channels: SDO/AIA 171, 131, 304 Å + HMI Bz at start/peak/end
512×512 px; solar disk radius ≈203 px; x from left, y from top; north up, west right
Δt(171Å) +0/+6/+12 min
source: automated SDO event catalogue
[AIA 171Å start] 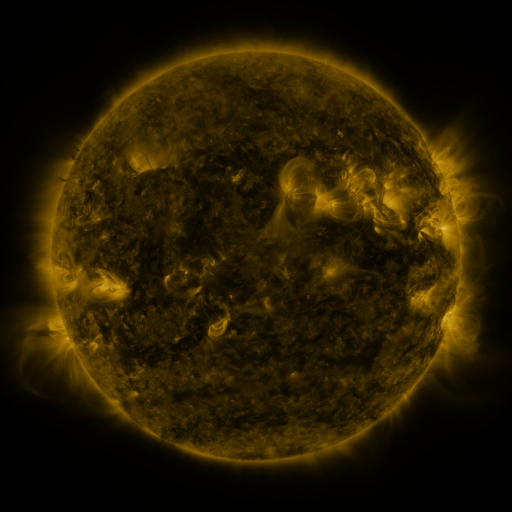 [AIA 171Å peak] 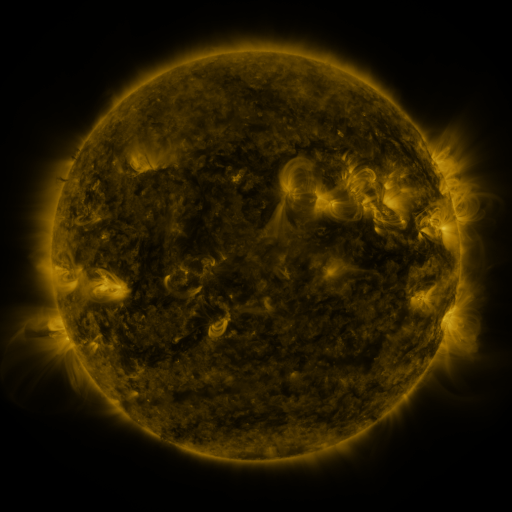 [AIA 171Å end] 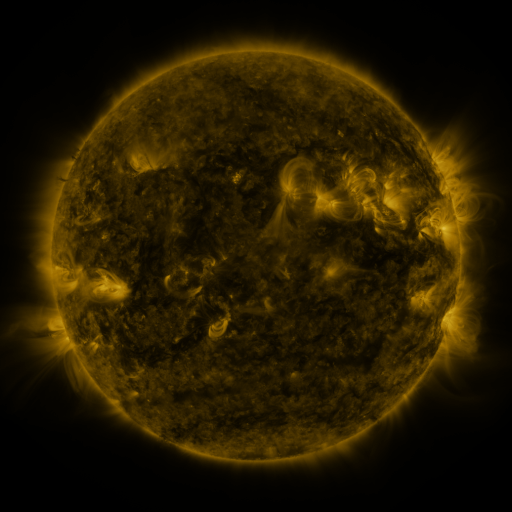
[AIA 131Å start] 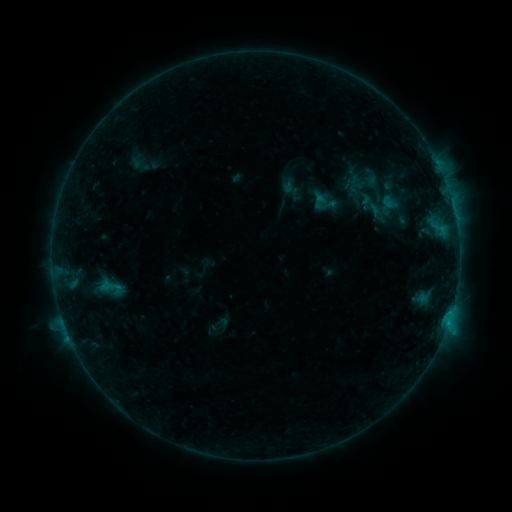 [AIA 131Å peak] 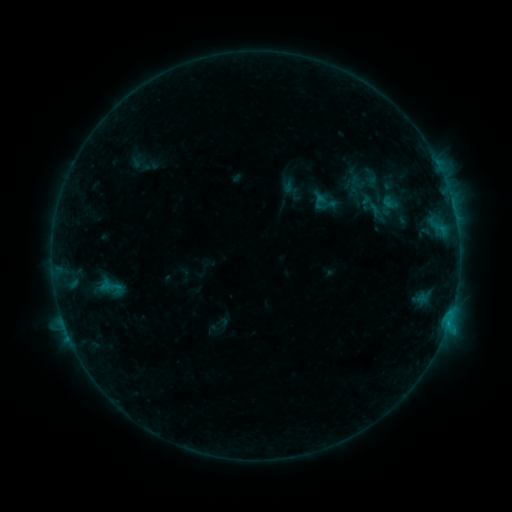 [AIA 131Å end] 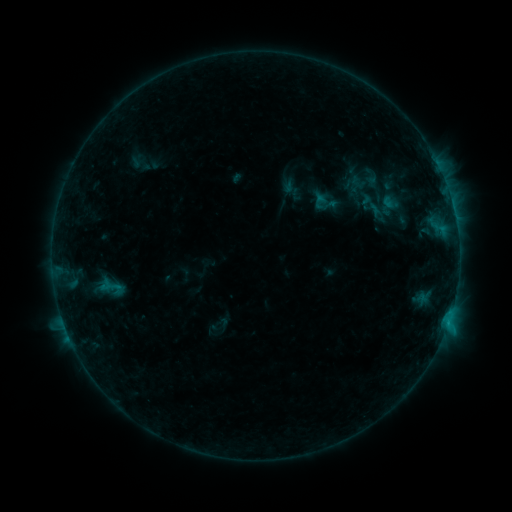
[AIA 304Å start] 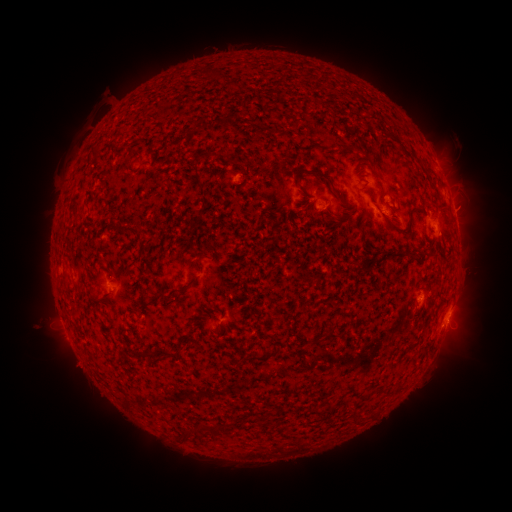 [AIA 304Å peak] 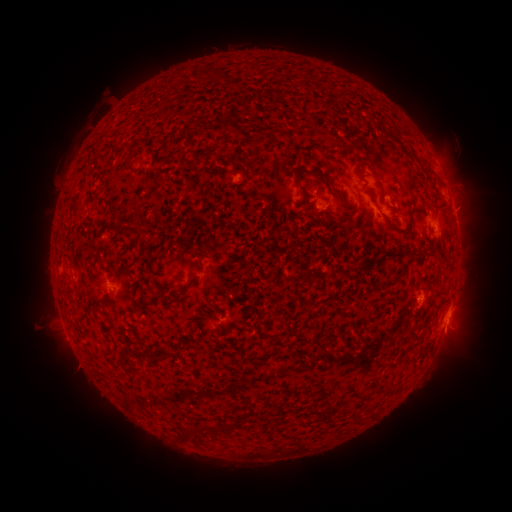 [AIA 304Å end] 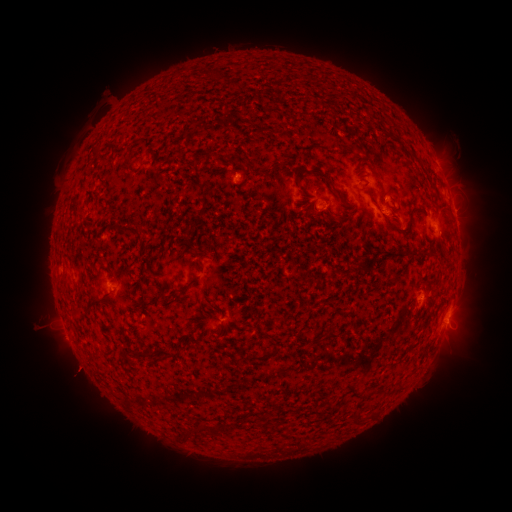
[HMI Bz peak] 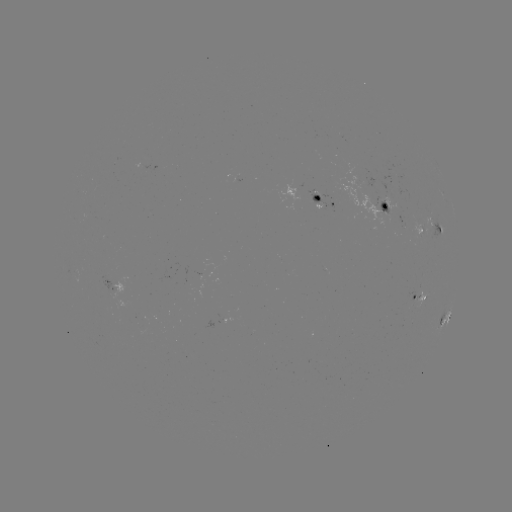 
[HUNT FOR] eruption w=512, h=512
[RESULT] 77,370